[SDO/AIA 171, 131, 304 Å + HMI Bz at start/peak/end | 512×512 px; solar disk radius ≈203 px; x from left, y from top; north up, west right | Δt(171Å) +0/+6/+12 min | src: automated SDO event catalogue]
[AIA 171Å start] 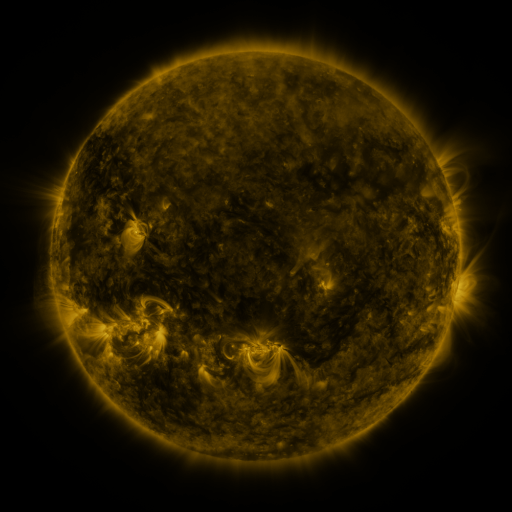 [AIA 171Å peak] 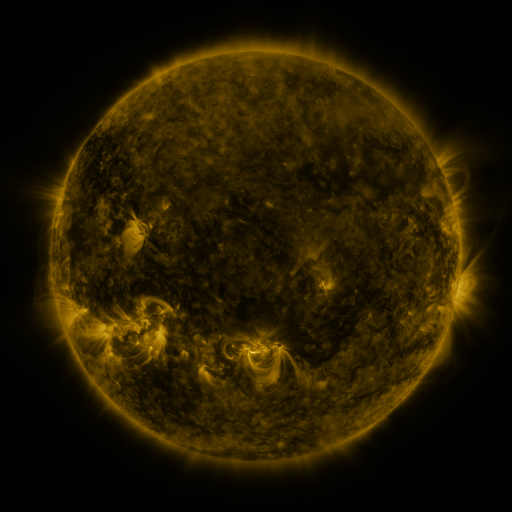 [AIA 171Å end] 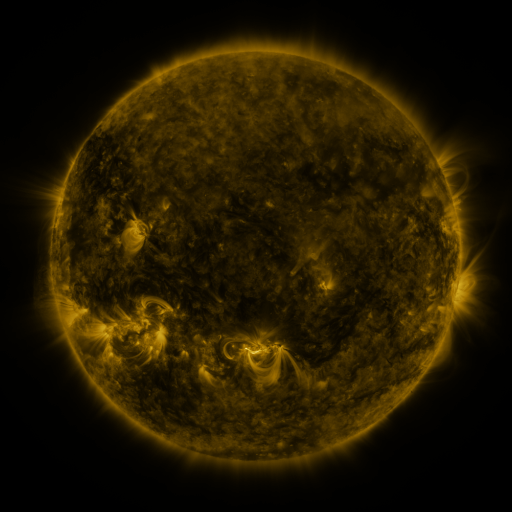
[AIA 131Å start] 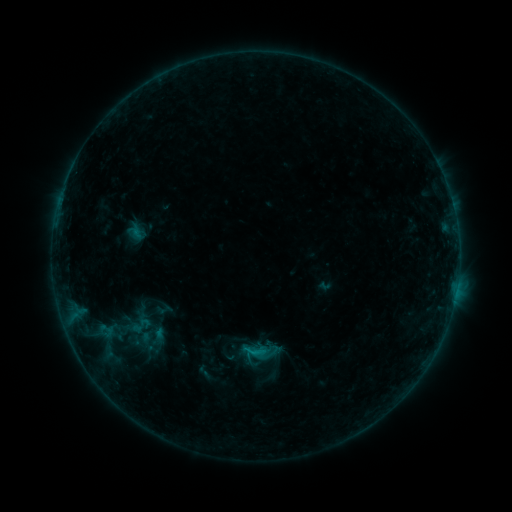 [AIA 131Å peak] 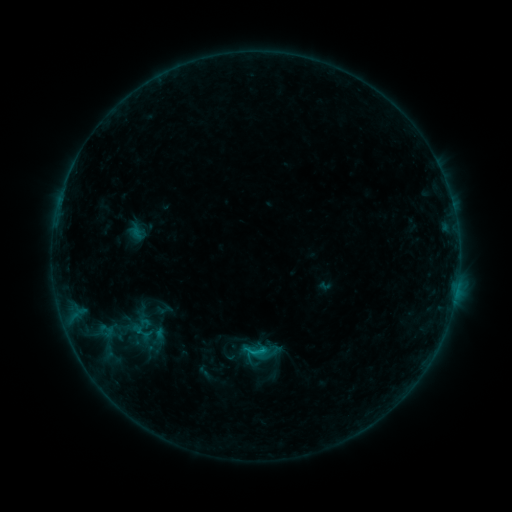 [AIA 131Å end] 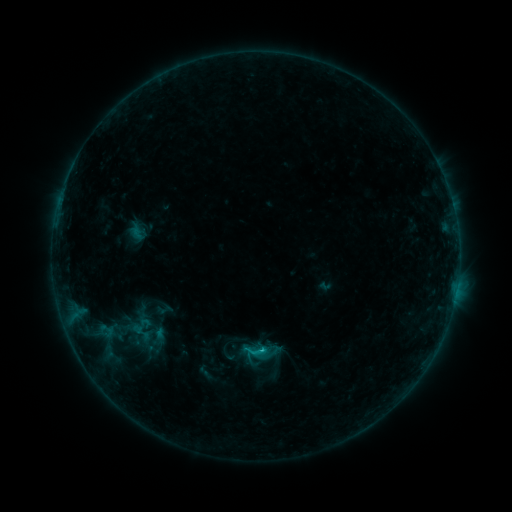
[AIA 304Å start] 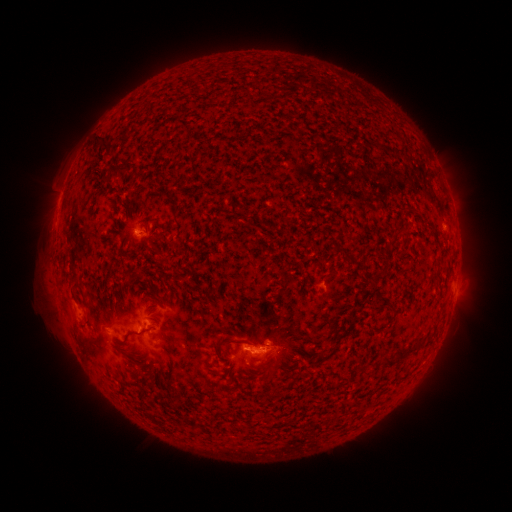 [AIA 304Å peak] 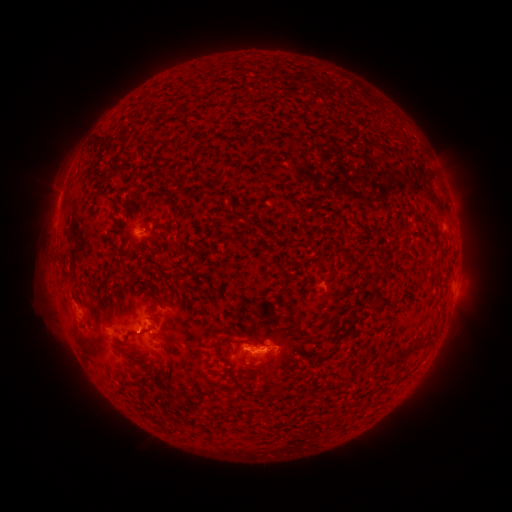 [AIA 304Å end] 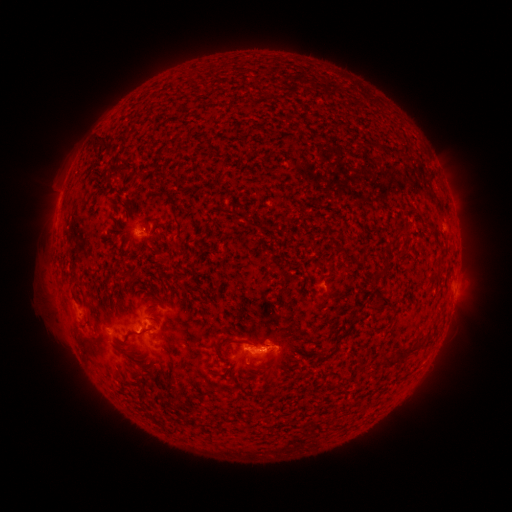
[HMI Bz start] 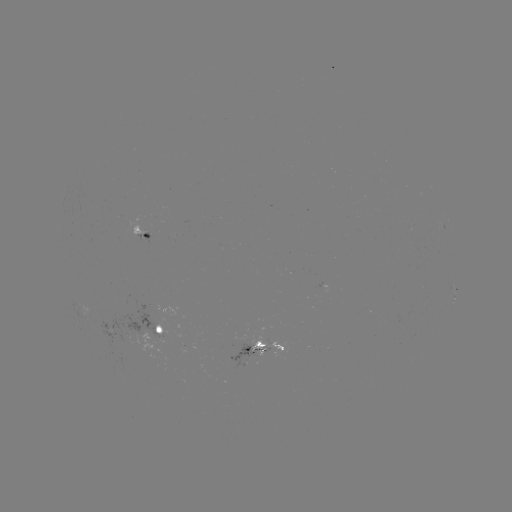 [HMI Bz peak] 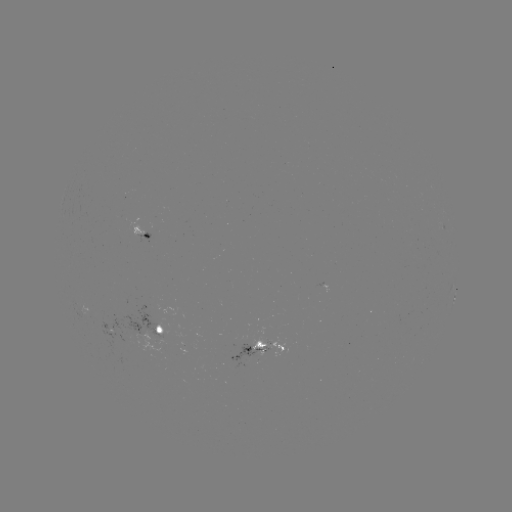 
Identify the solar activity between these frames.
B8.5 flare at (262, 349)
